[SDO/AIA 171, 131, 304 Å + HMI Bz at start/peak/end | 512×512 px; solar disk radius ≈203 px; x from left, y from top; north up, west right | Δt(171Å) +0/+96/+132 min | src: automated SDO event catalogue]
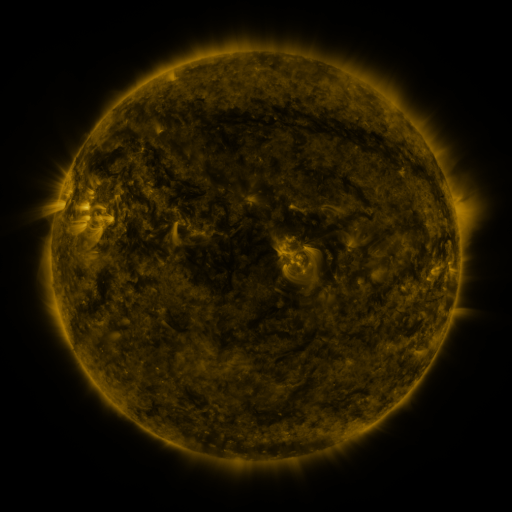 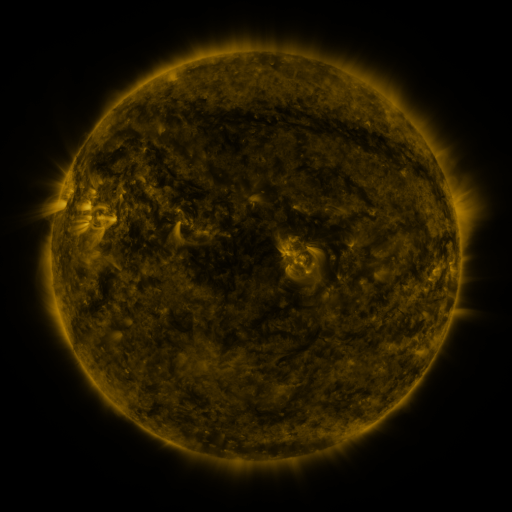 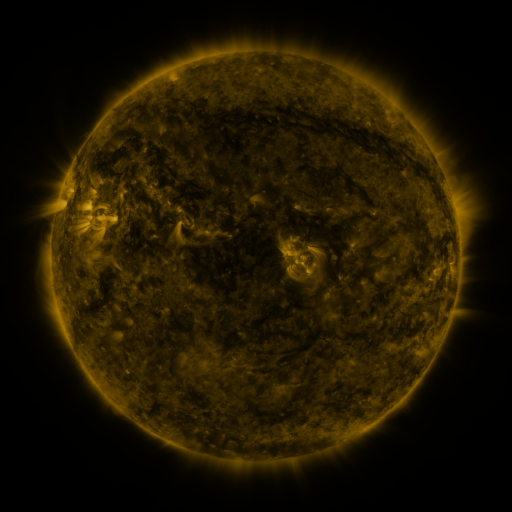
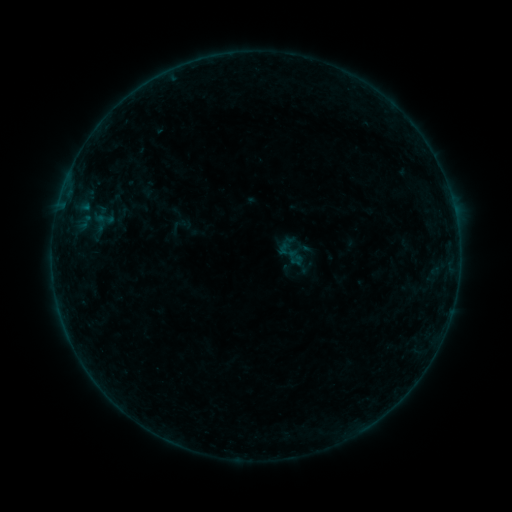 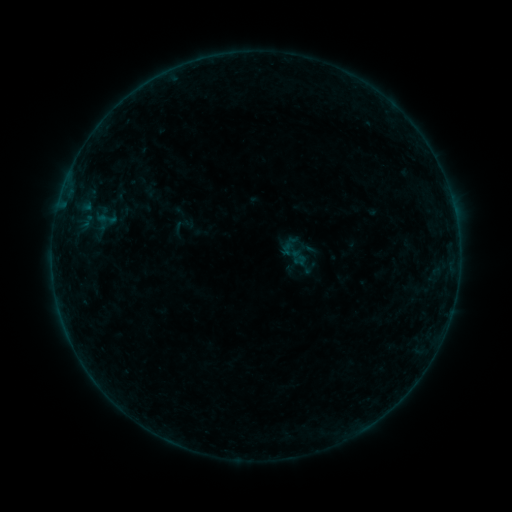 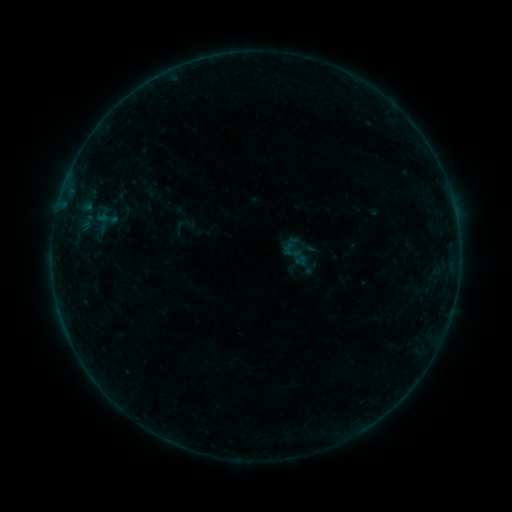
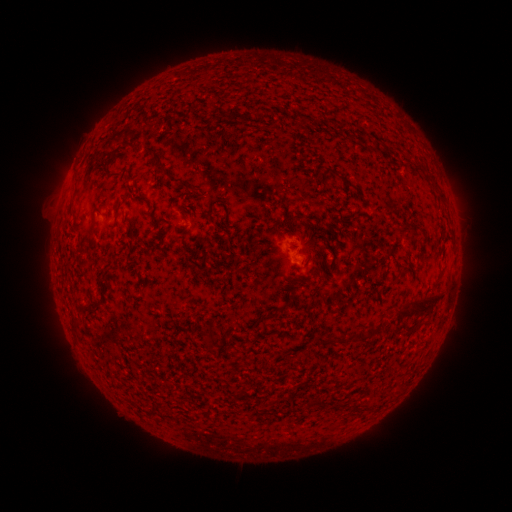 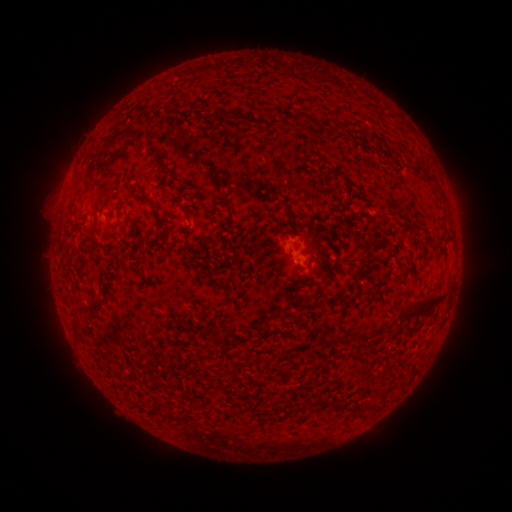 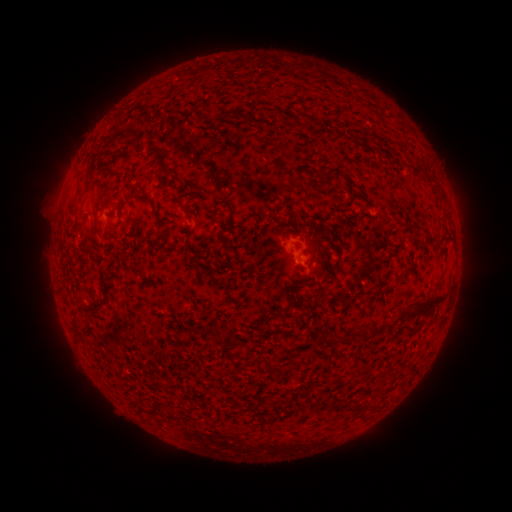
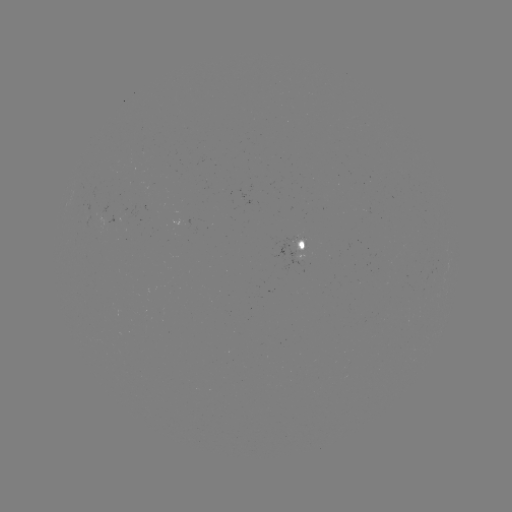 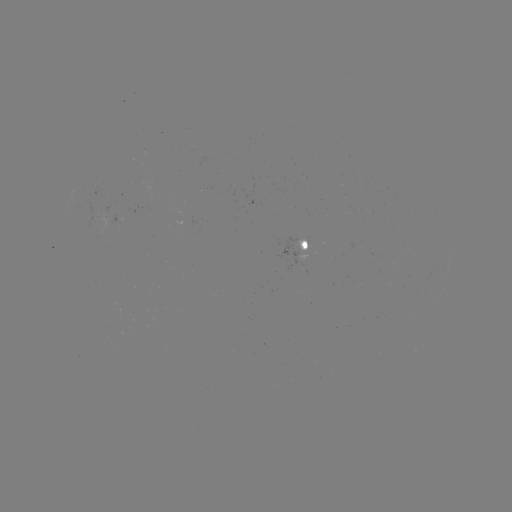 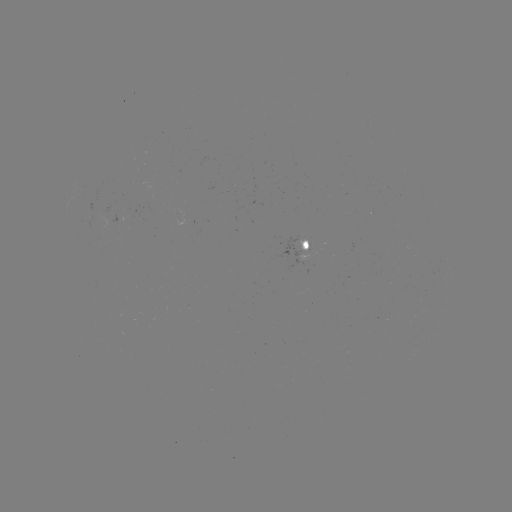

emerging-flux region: [298, 253, 307, 264]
